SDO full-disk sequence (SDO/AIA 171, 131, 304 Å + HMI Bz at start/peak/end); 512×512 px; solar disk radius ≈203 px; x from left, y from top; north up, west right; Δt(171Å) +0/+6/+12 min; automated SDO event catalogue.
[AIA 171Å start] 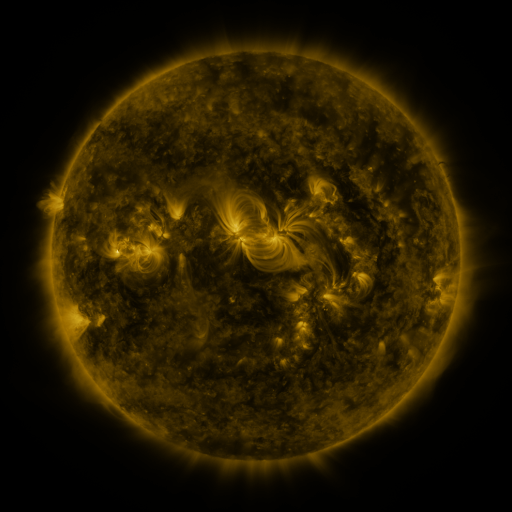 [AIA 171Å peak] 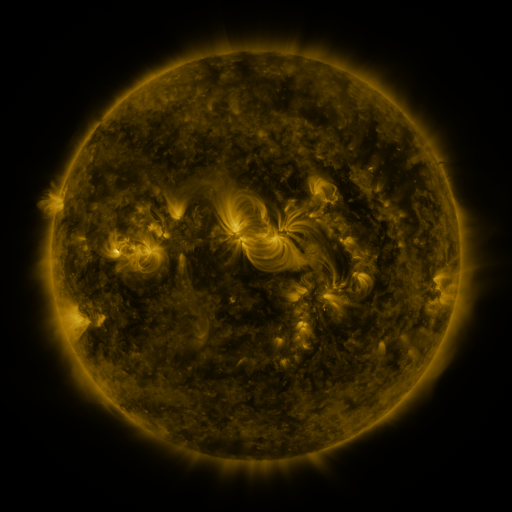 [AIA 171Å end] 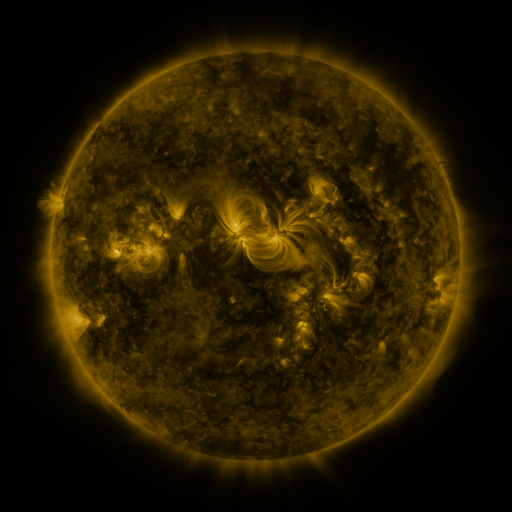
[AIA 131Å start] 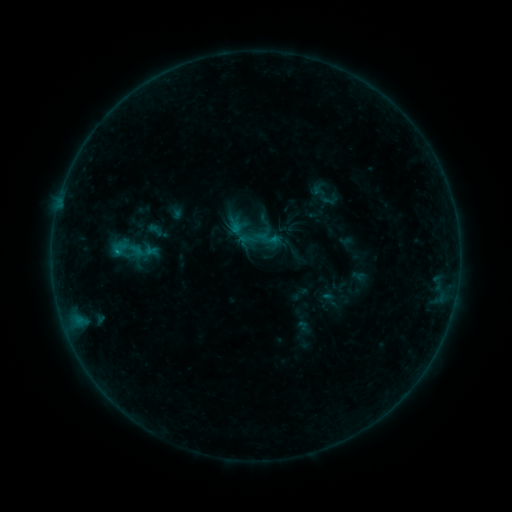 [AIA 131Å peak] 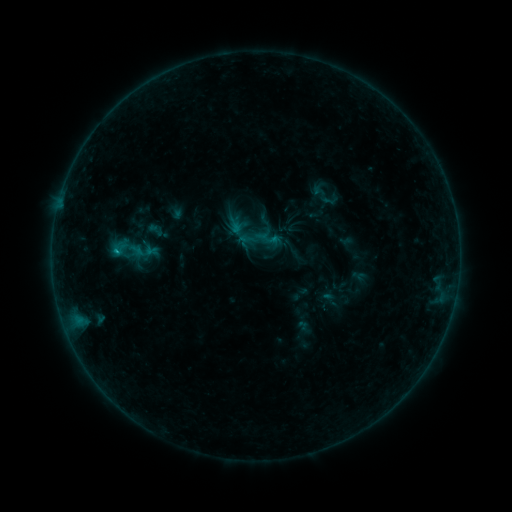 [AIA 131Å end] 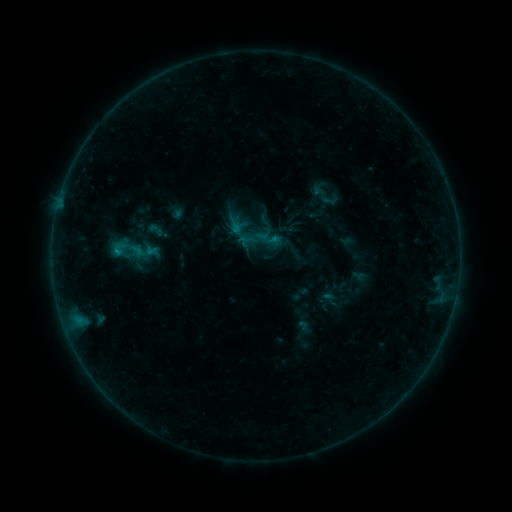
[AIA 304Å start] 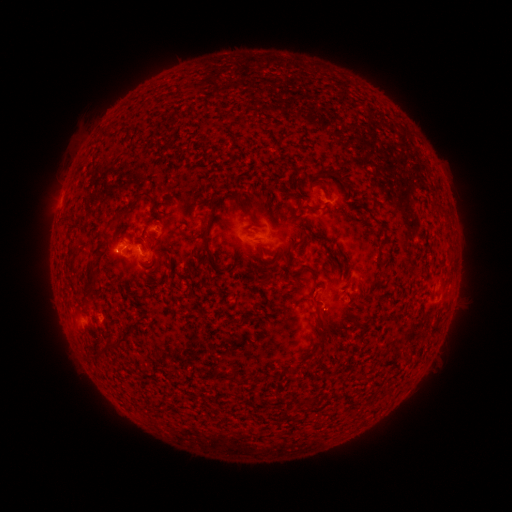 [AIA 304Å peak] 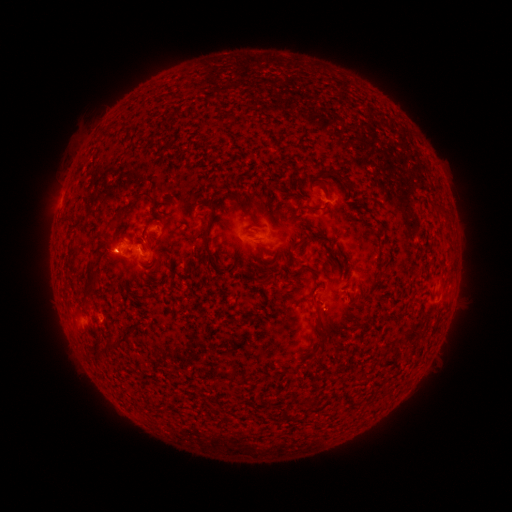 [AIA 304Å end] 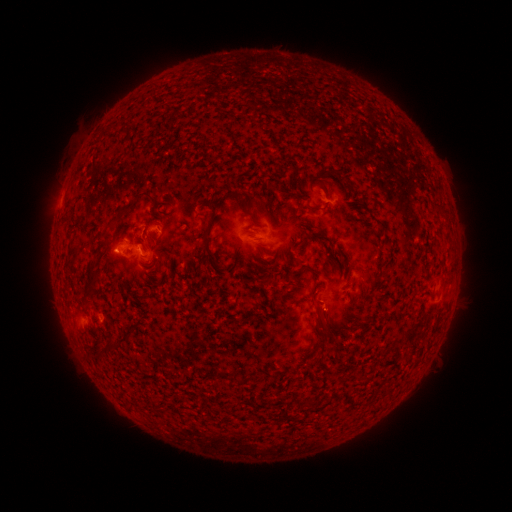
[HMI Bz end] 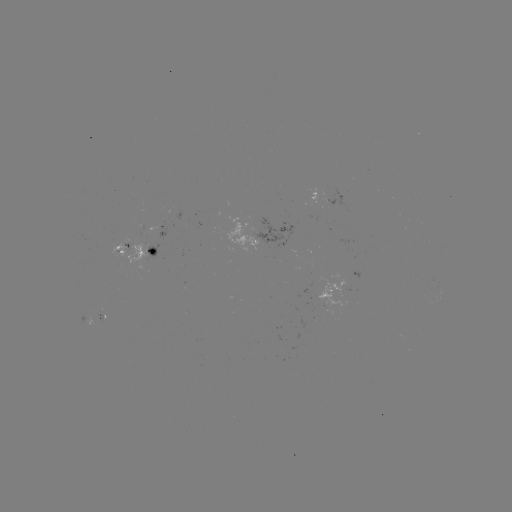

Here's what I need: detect B3.9 flare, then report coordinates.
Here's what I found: B3.9 flare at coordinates [117, 253].